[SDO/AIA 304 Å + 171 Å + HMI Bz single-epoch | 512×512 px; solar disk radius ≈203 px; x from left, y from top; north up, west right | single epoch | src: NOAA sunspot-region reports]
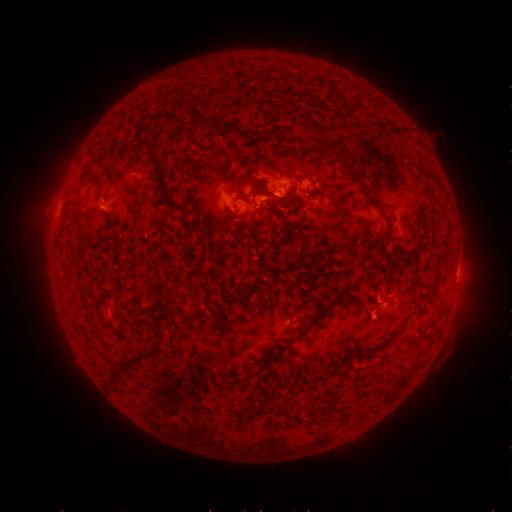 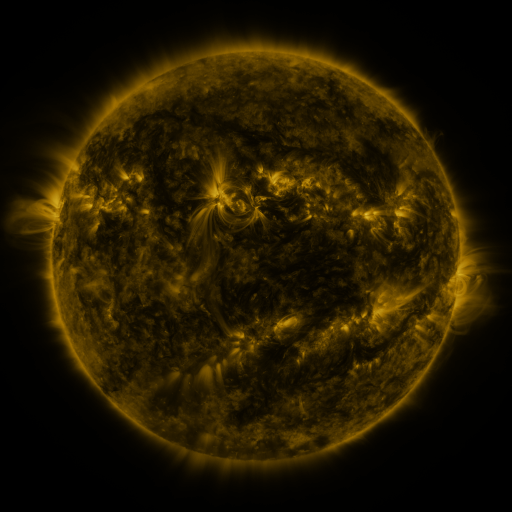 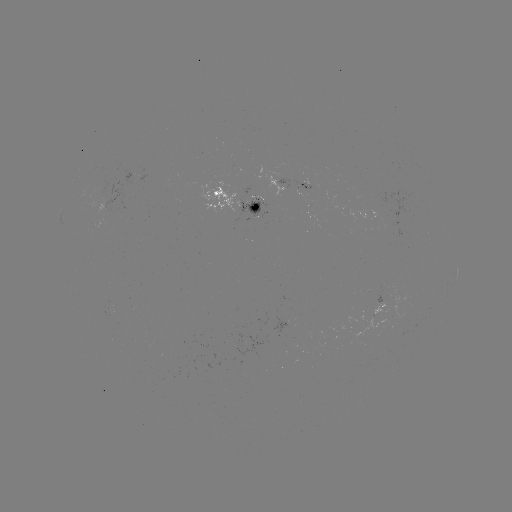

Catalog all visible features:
spotted active region: (305, 185)
spotted active region: (235, 198)
spotted active region: (384, 308)
